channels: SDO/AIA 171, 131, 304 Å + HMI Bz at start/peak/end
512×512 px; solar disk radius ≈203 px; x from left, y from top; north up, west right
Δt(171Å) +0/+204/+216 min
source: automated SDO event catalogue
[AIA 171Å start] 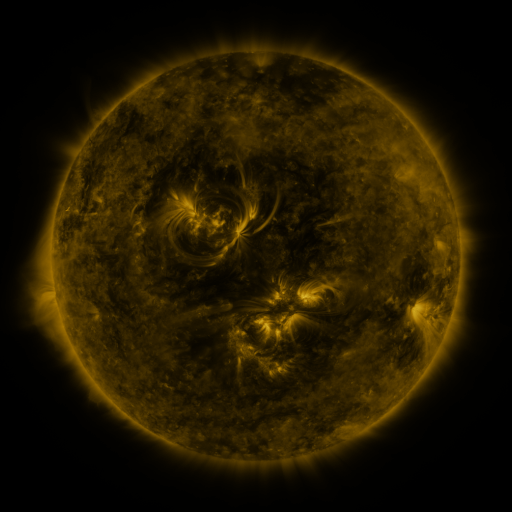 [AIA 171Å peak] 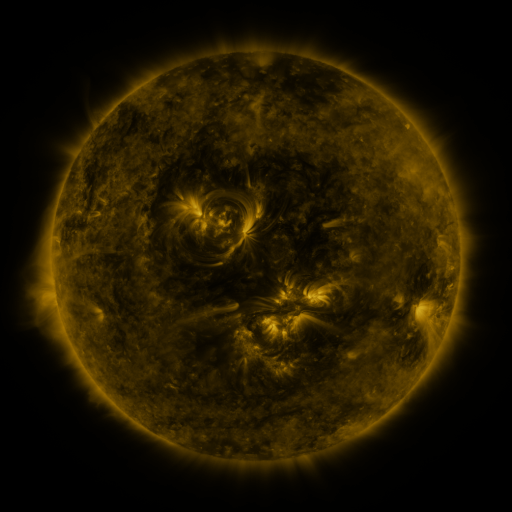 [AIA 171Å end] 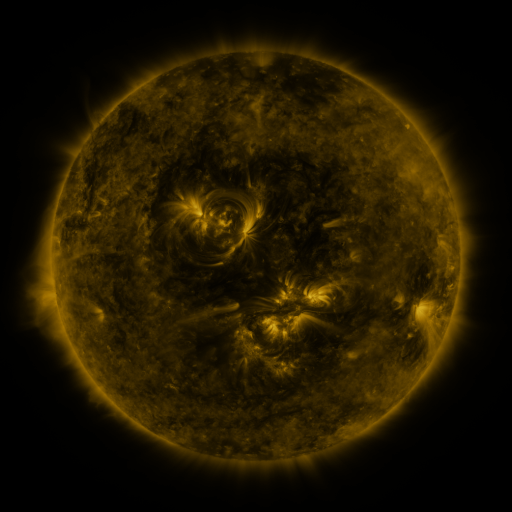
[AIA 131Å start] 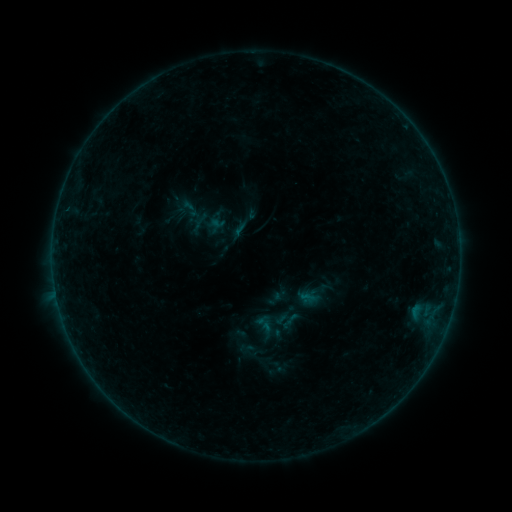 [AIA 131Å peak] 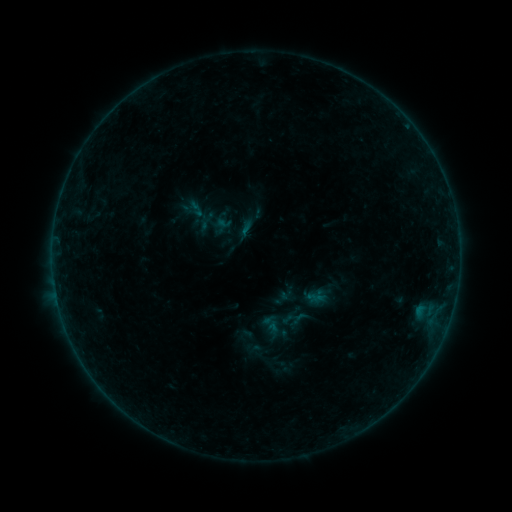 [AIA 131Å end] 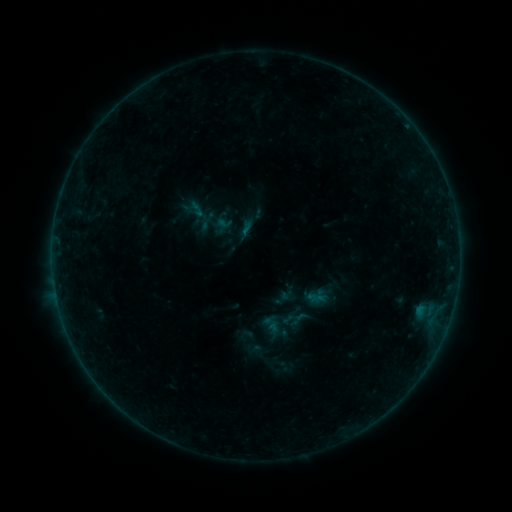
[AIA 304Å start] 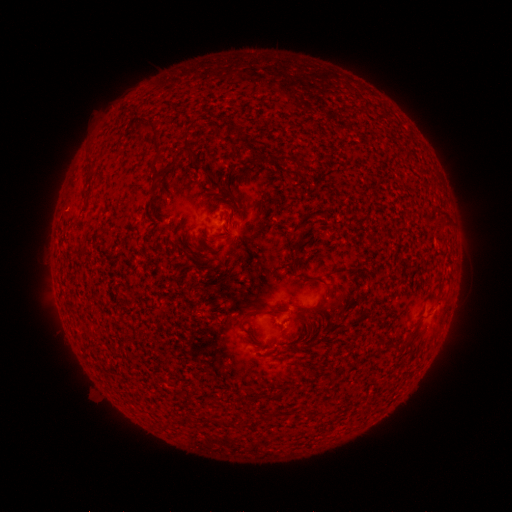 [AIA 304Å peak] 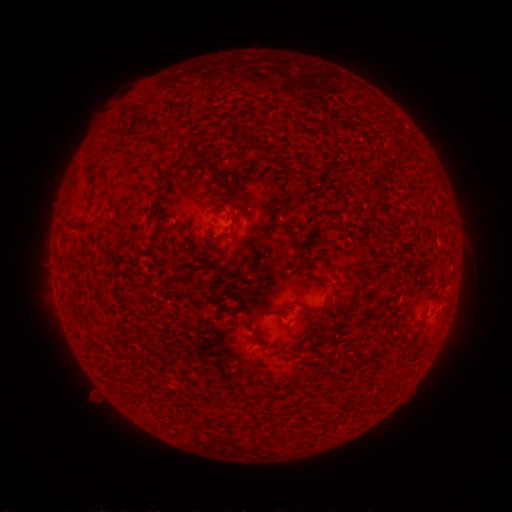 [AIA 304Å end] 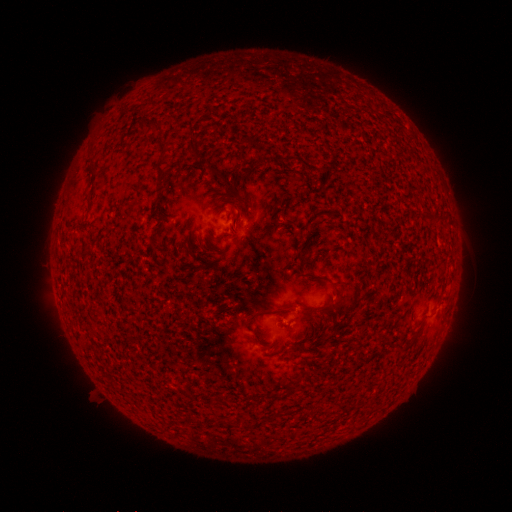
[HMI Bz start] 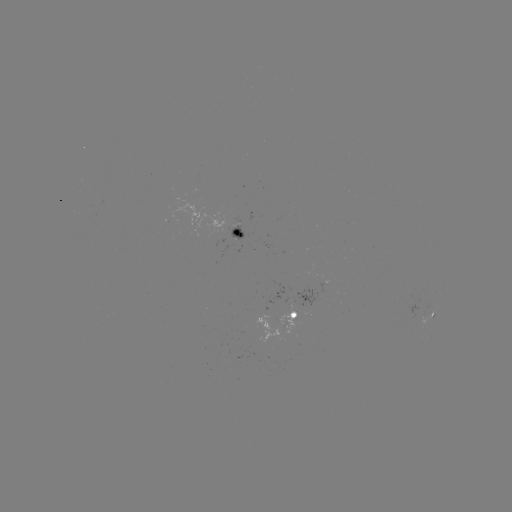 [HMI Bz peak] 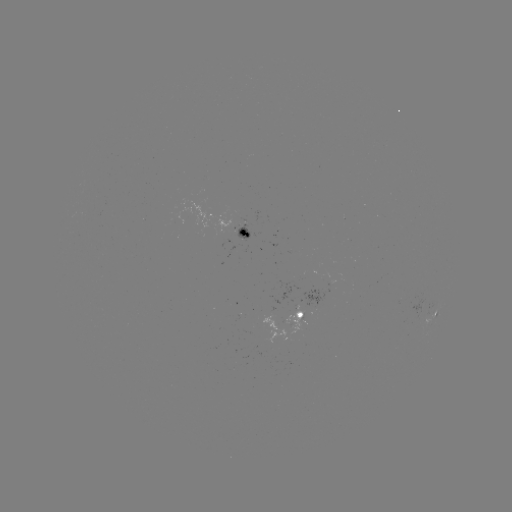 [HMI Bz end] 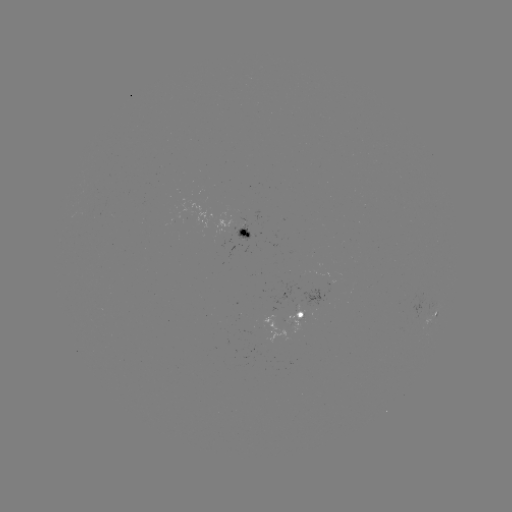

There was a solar emerging-flux region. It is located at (312, 305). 